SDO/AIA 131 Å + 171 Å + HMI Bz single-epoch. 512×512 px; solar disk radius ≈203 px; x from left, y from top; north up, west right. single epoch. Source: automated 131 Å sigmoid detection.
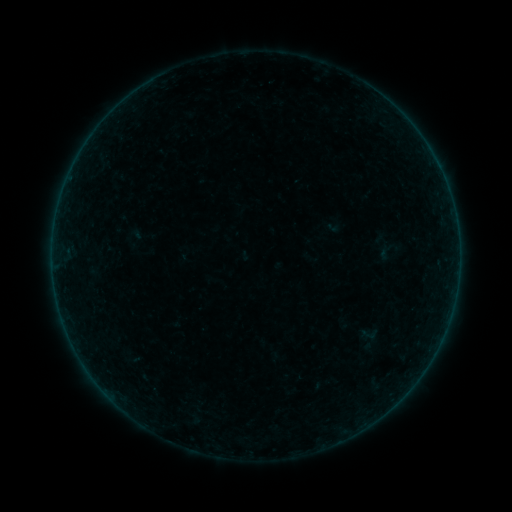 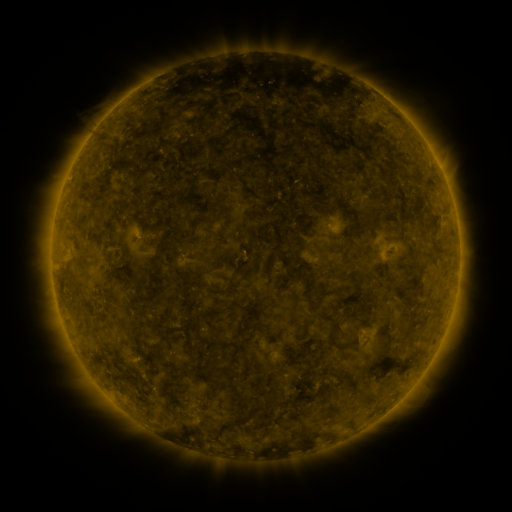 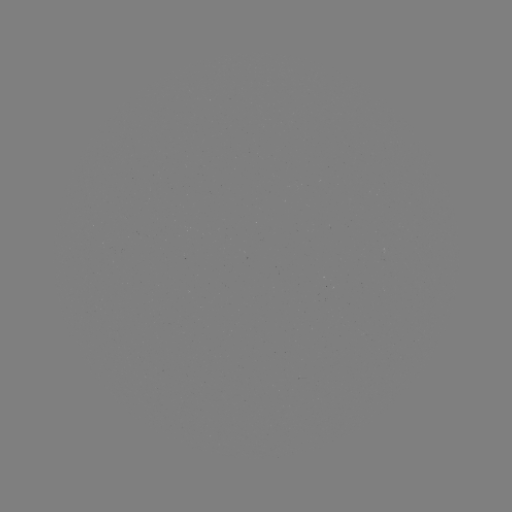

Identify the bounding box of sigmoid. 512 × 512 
[375, 243, 395, 261].